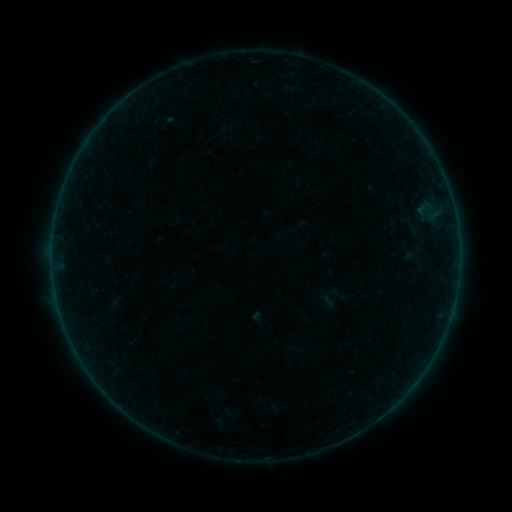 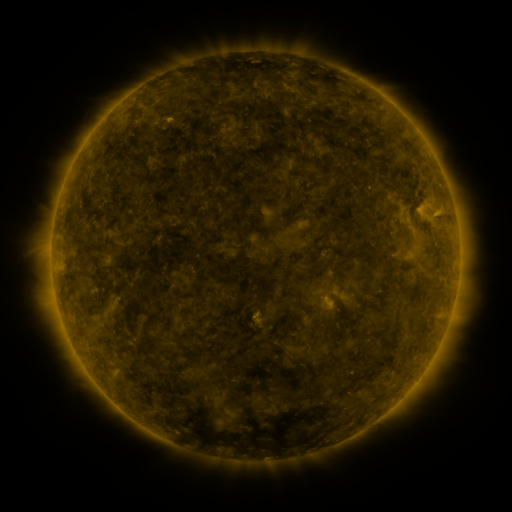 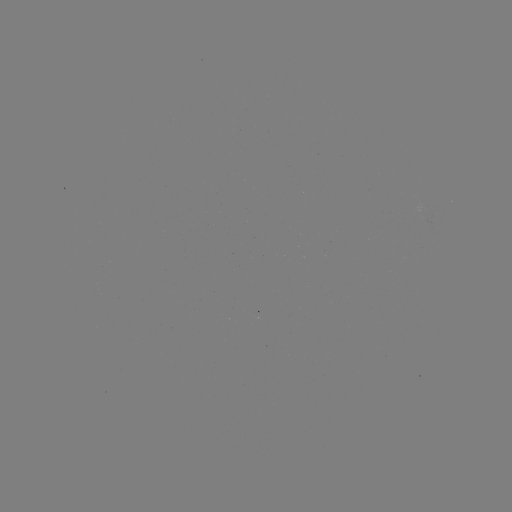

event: sigmoid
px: (413, 258)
